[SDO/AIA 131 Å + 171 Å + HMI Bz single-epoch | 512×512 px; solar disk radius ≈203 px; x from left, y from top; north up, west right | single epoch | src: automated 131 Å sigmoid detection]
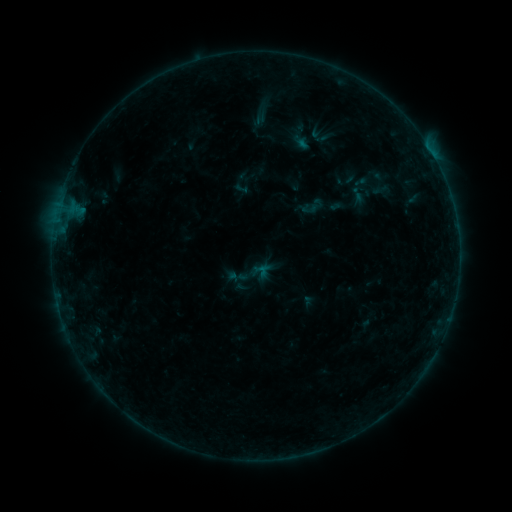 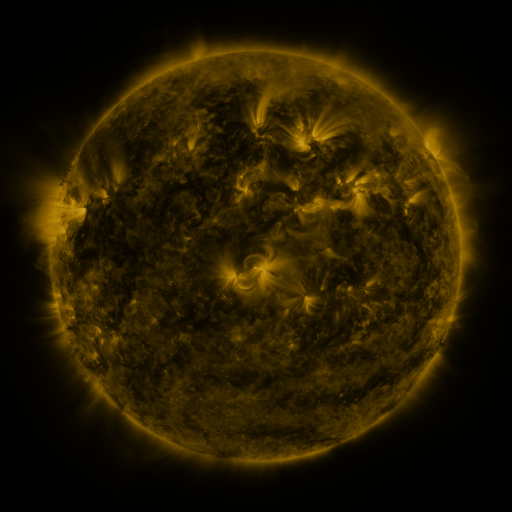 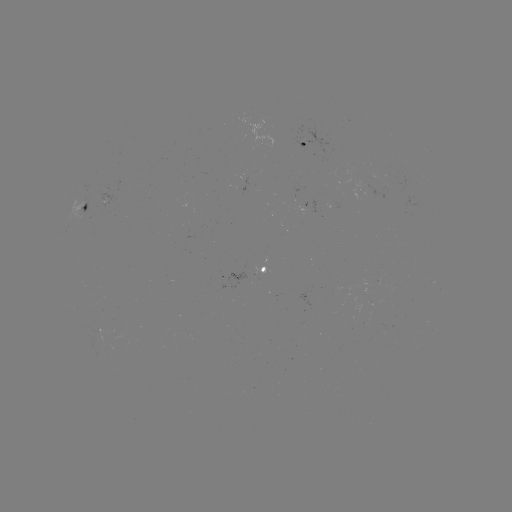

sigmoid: <bbox>232, 179, 250, 196</bbox>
